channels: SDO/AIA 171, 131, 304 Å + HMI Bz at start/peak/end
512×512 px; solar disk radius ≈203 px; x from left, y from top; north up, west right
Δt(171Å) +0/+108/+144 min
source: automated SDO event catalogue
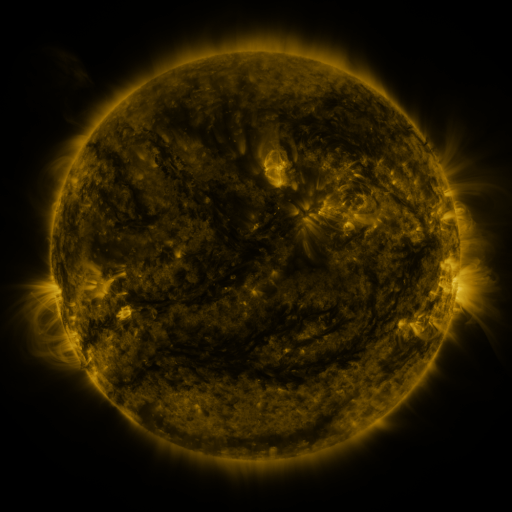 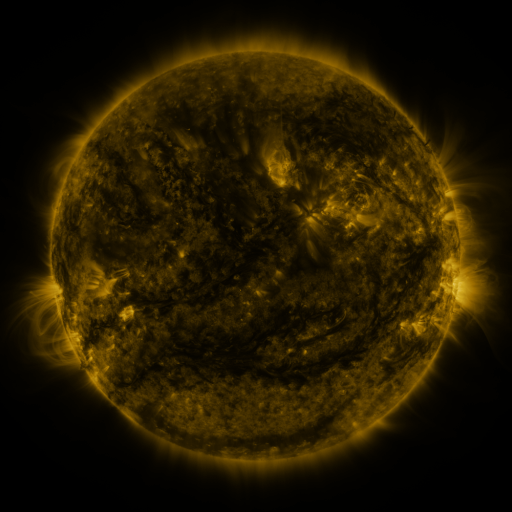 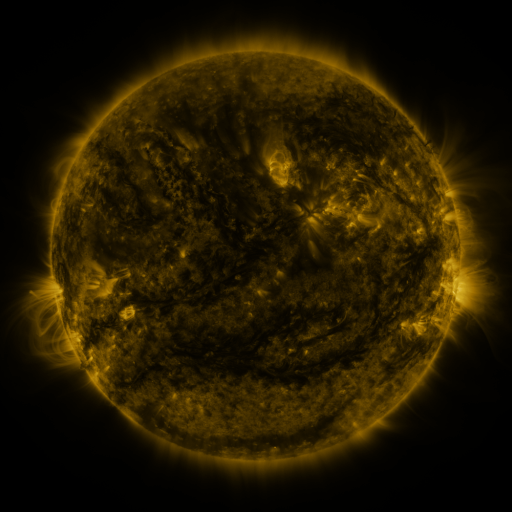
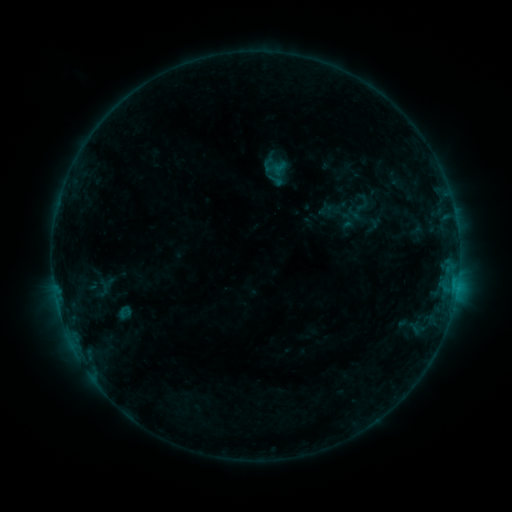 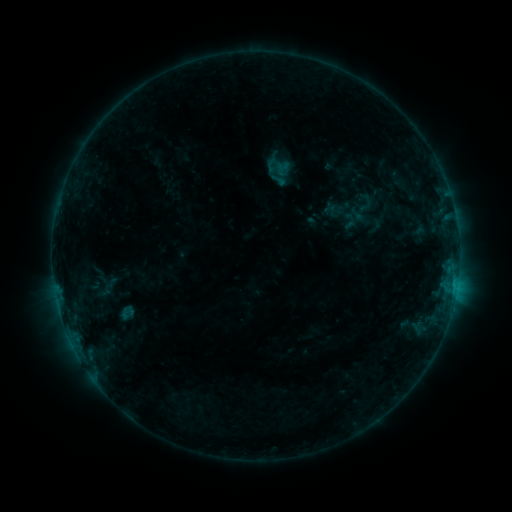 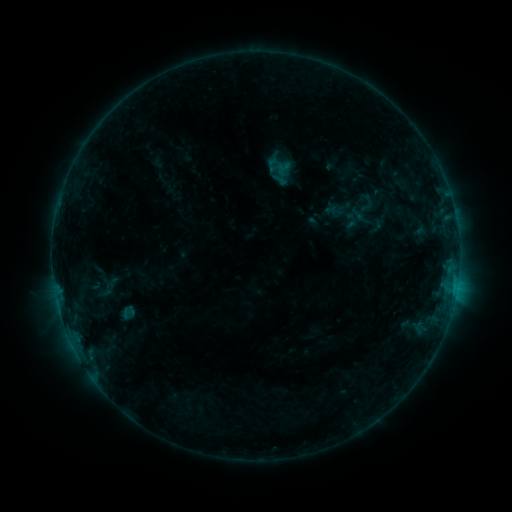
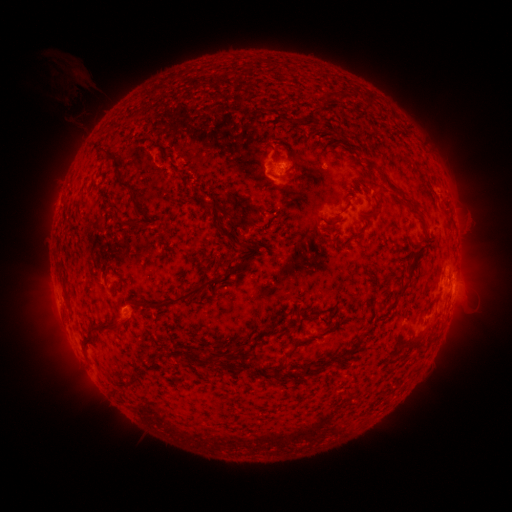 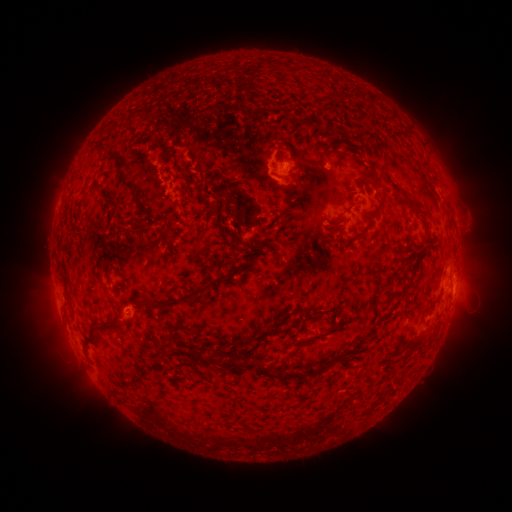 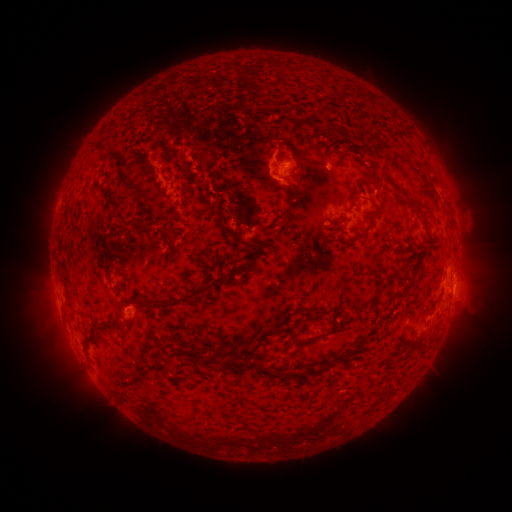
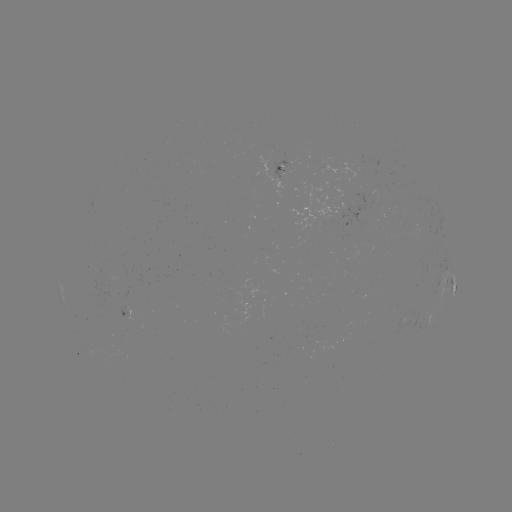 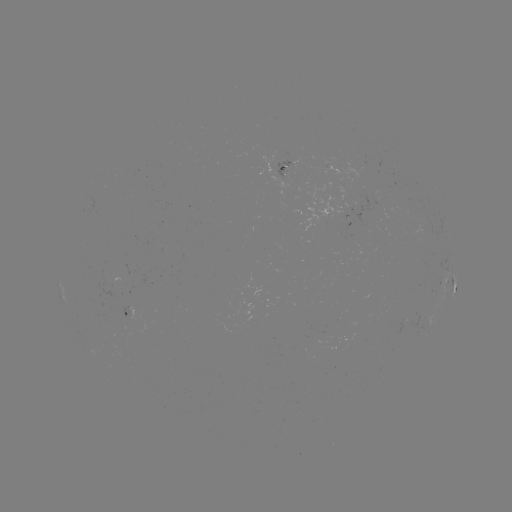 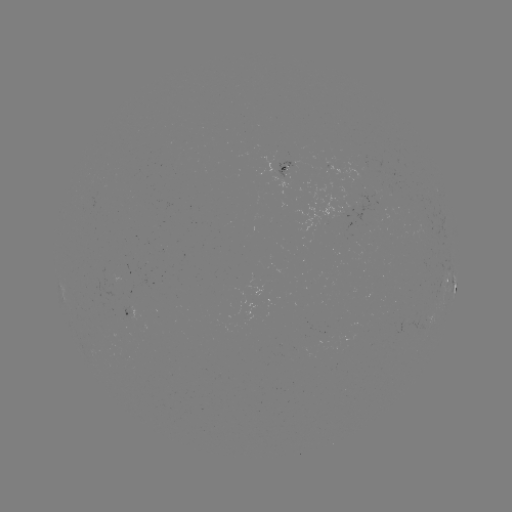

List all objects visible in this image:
emerging-flux region: (359, 205)
